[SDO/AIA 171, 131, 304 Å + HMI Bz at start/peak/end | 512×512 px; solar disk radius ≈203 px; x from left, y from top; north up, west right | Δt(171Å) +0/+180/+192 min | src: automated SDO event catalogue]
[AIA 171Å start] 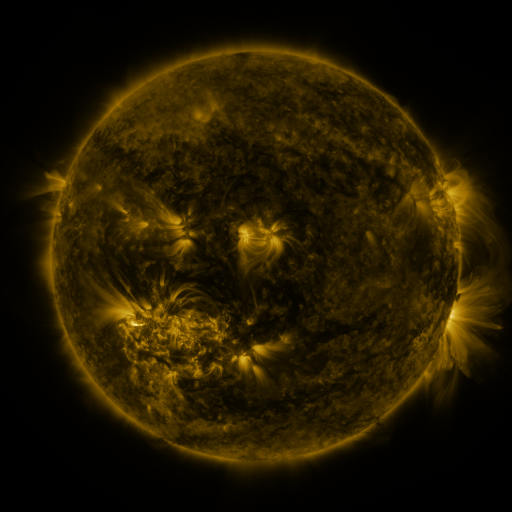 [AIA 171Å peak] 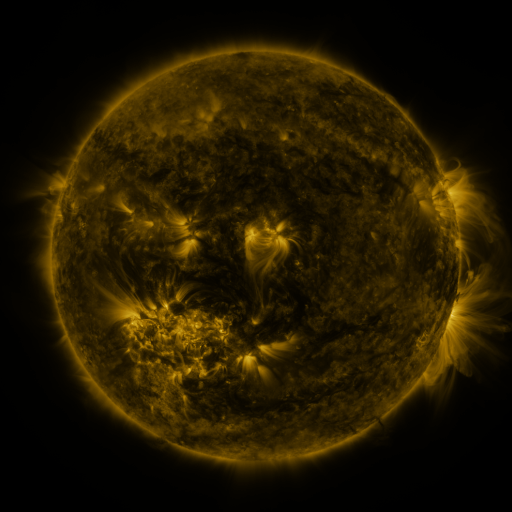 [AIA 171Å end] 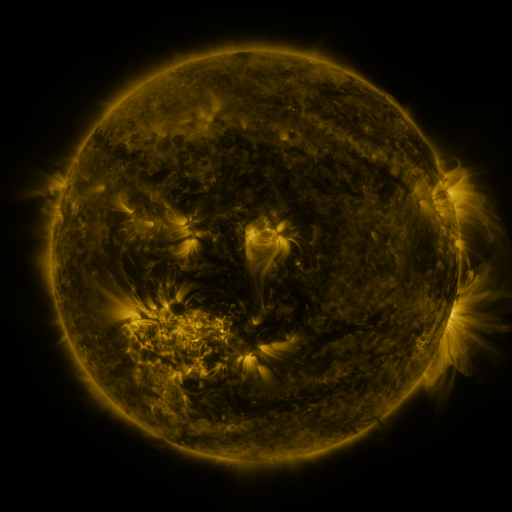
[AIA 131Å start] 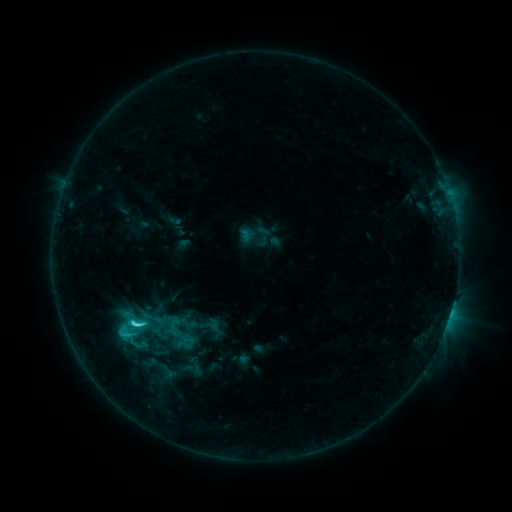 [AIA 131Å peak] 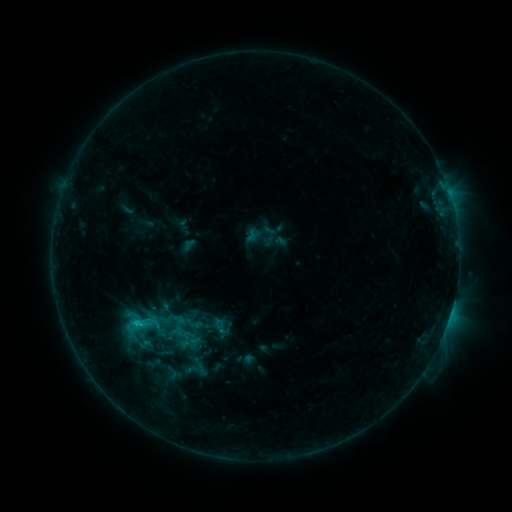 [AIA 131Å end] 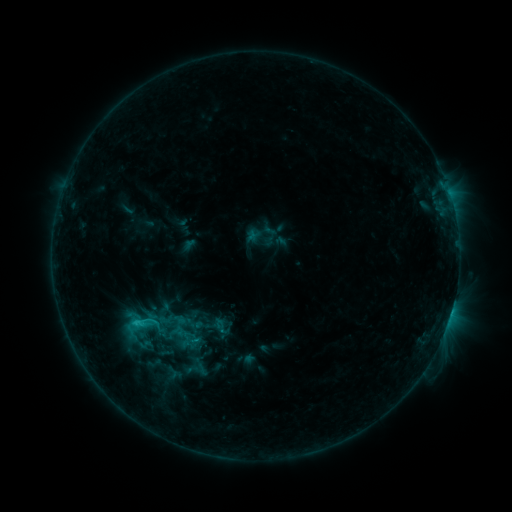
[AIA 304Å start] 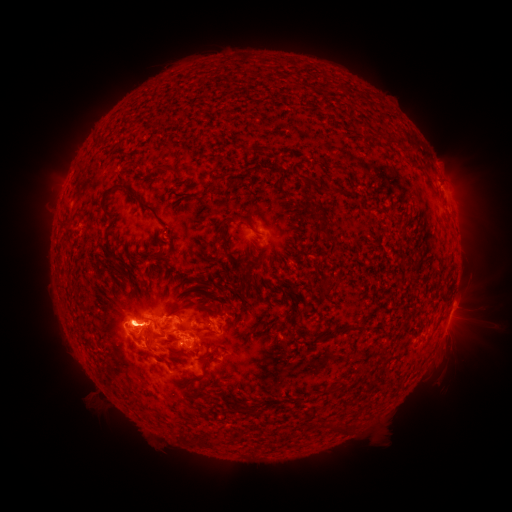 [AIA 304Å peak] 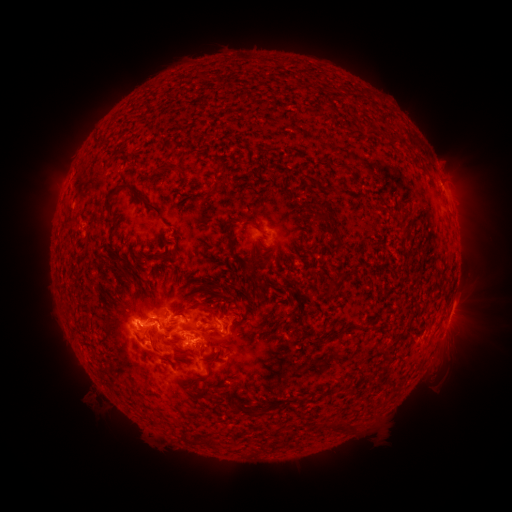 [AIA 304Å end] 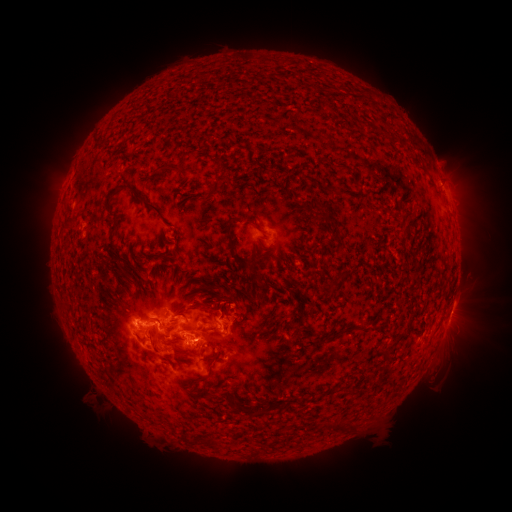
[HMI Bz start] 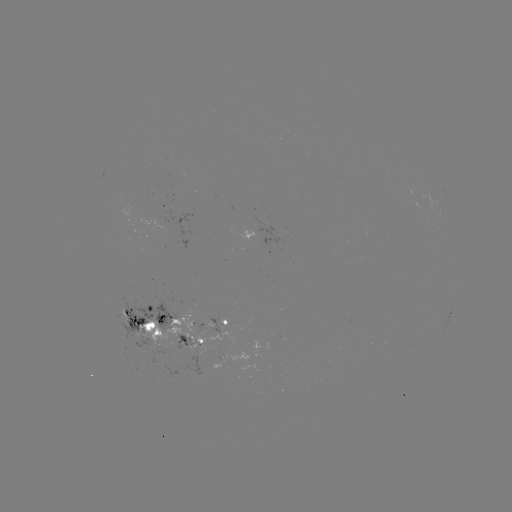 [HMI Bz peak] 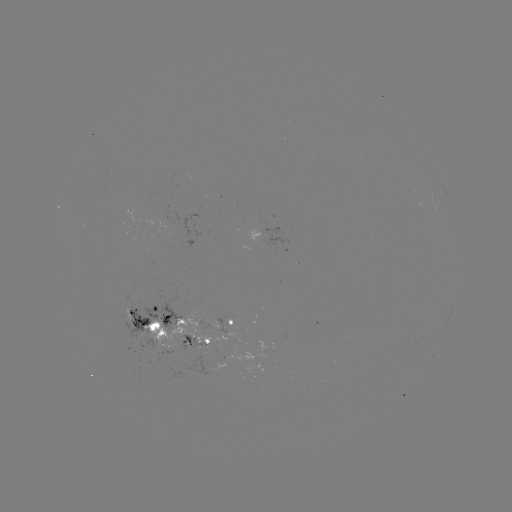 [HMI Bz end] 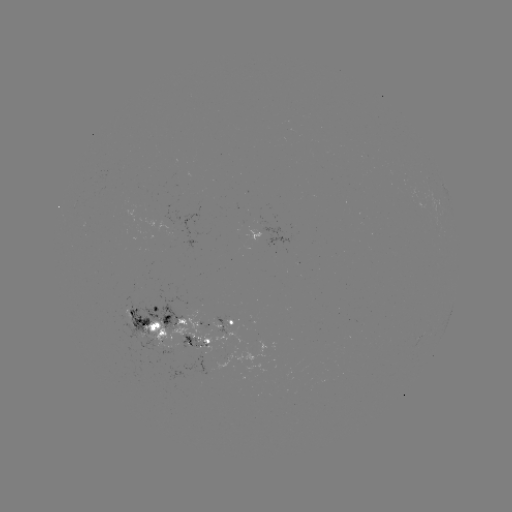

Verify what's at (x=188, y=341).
emerging-flux region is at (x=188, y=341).